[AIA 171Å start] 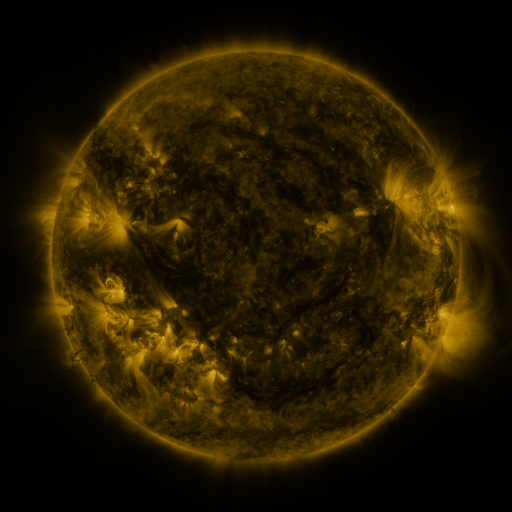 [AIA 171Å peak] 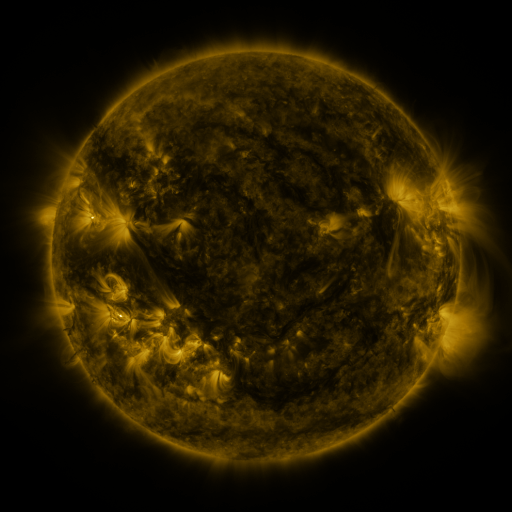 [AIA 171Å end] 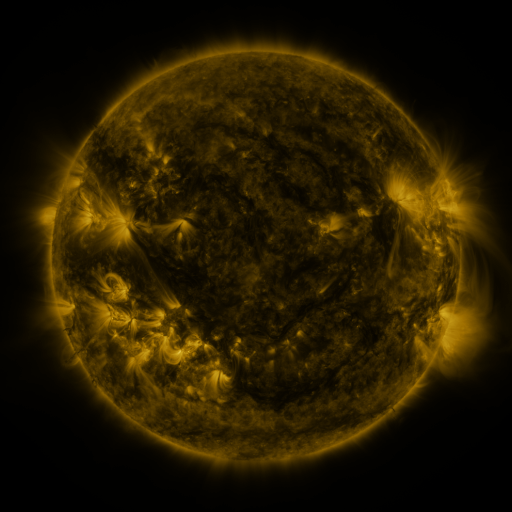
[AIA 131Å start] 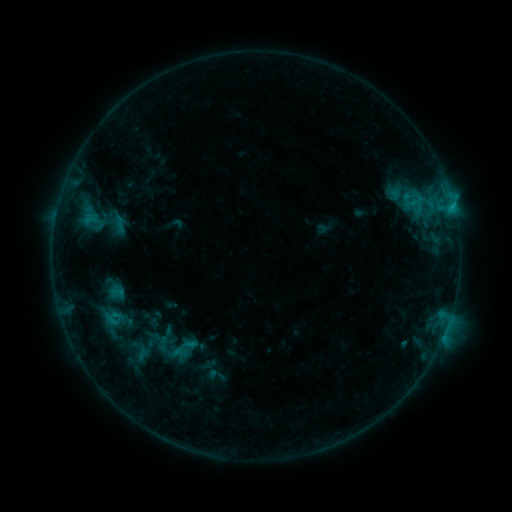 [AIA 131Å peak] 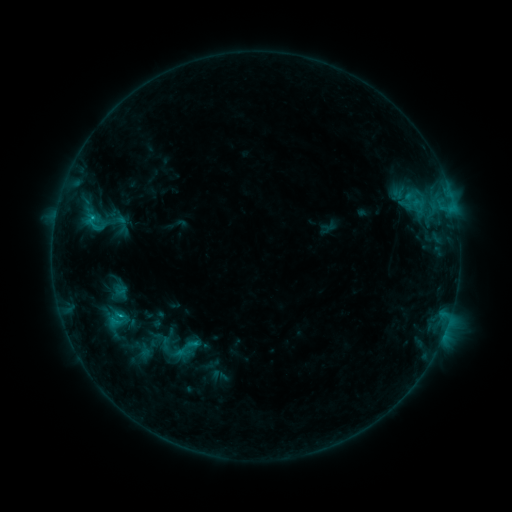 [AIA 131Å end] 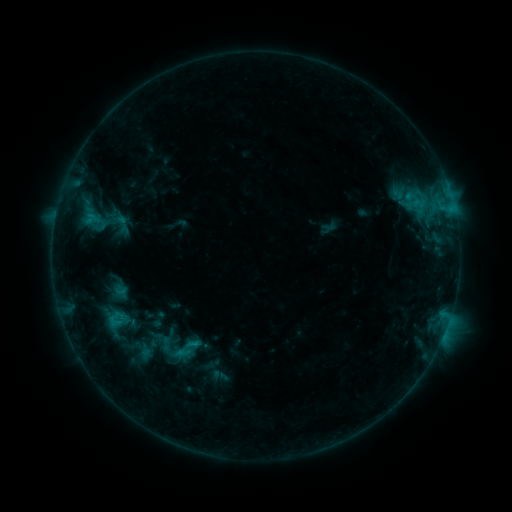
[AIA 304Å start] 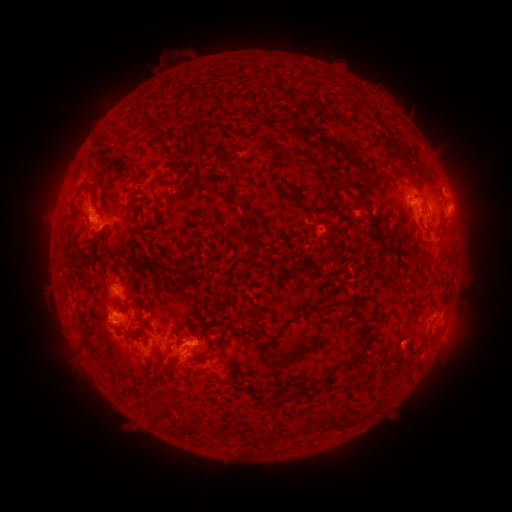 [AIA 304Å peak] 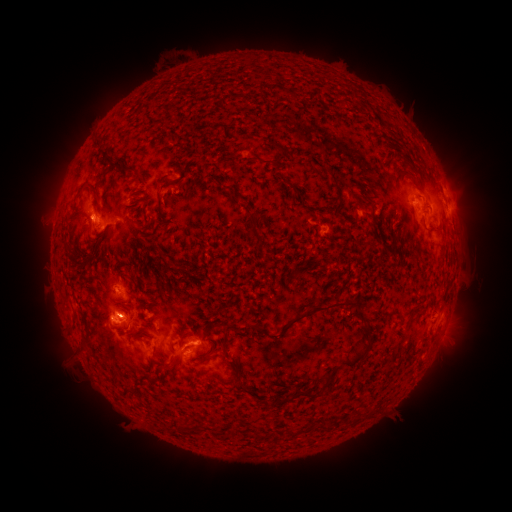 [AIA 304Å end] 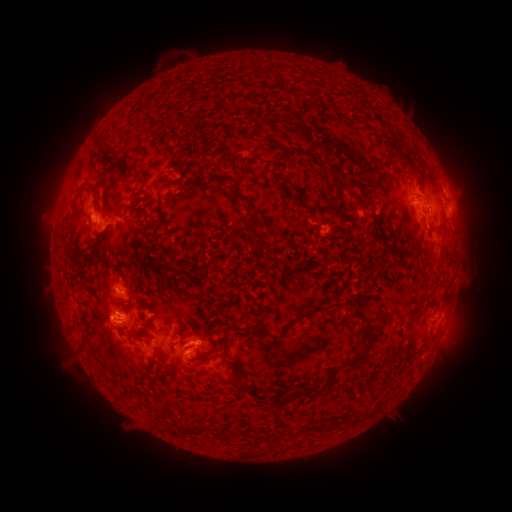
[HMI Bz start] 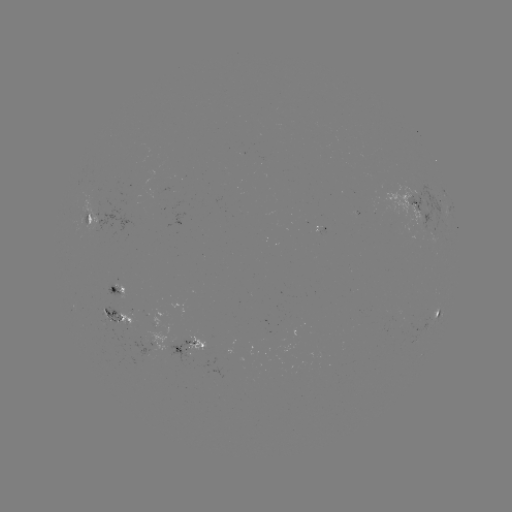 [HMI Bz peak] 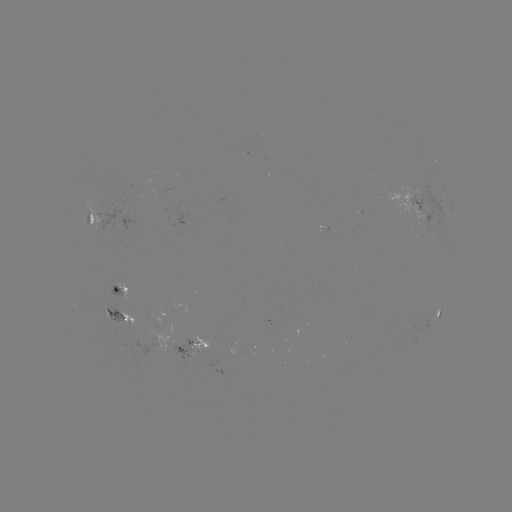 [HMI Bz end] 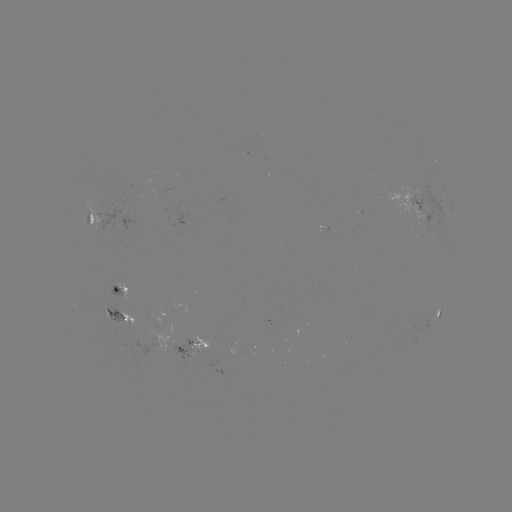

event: emerging-flux region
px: (180, 343)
